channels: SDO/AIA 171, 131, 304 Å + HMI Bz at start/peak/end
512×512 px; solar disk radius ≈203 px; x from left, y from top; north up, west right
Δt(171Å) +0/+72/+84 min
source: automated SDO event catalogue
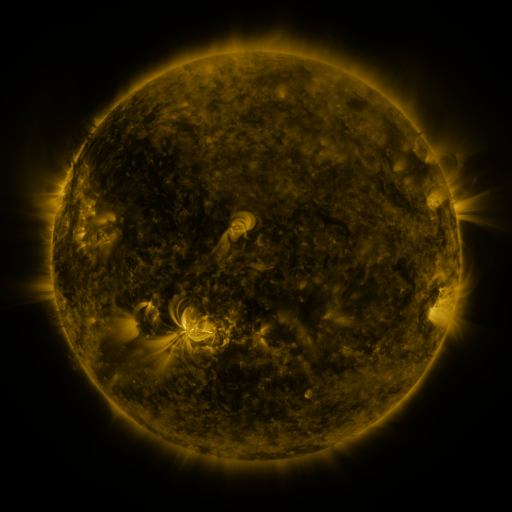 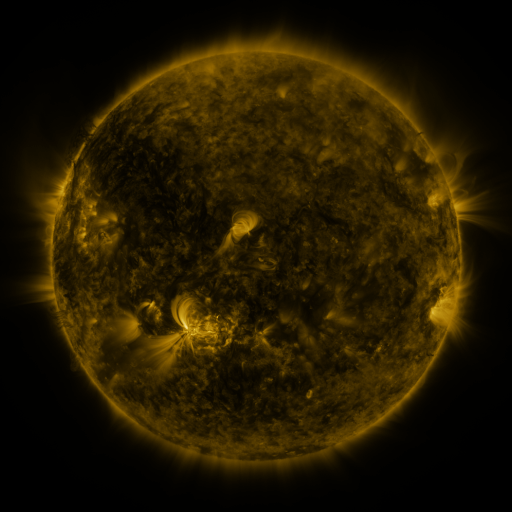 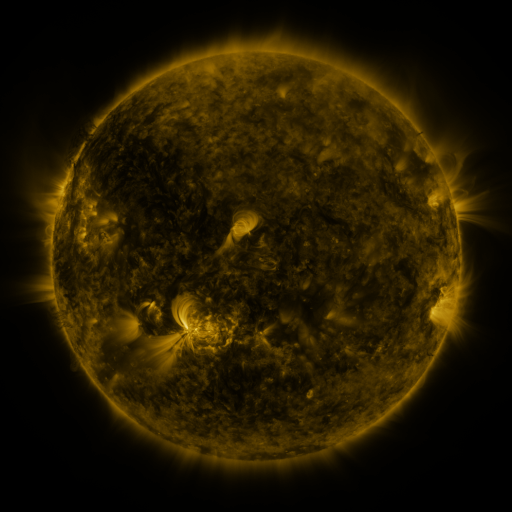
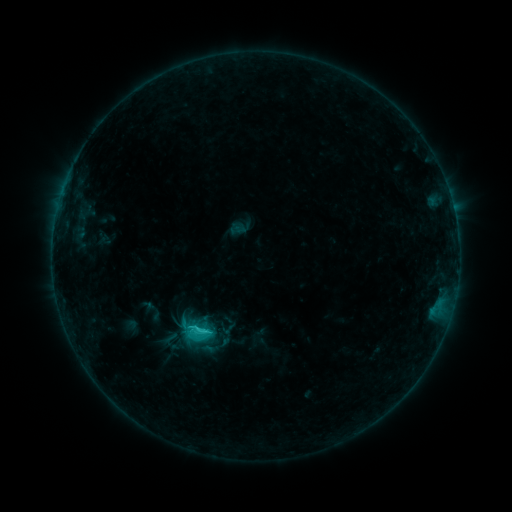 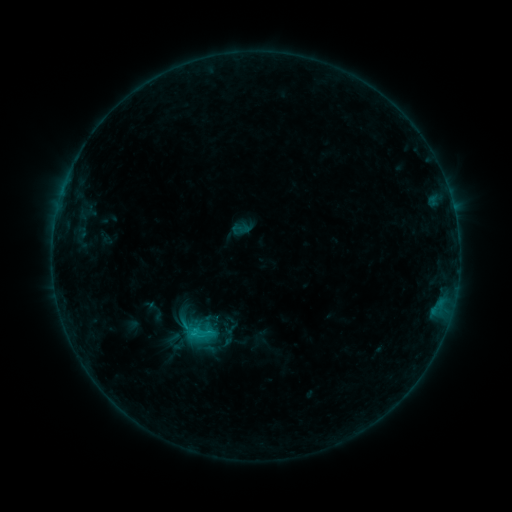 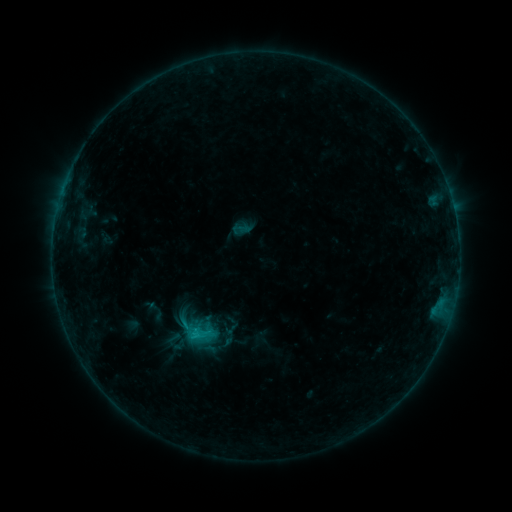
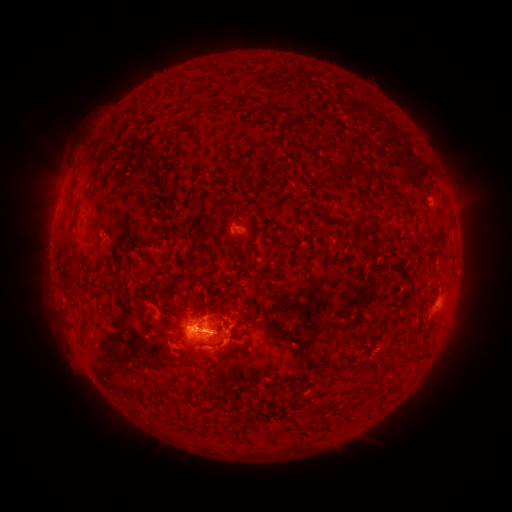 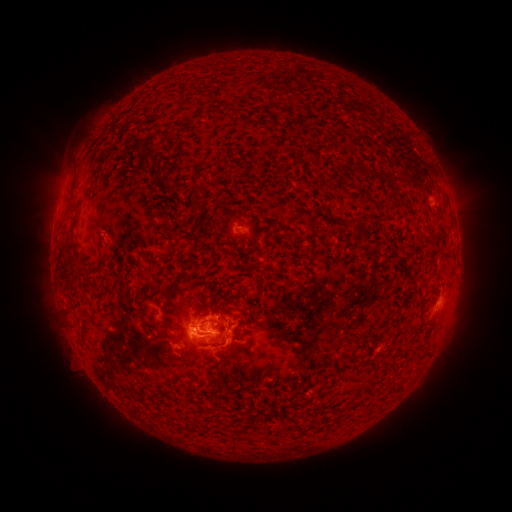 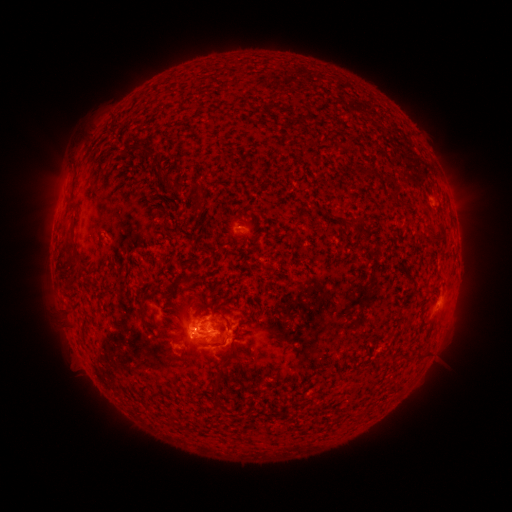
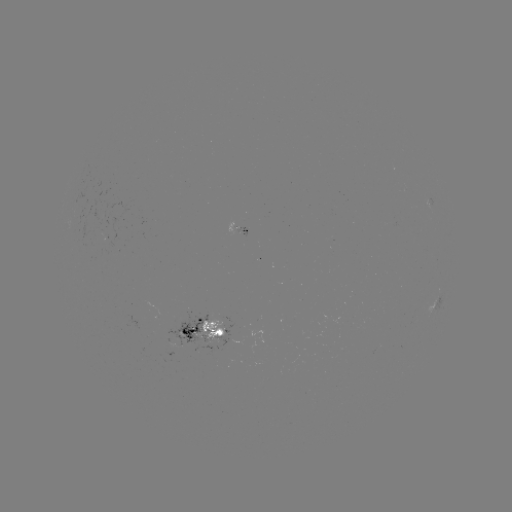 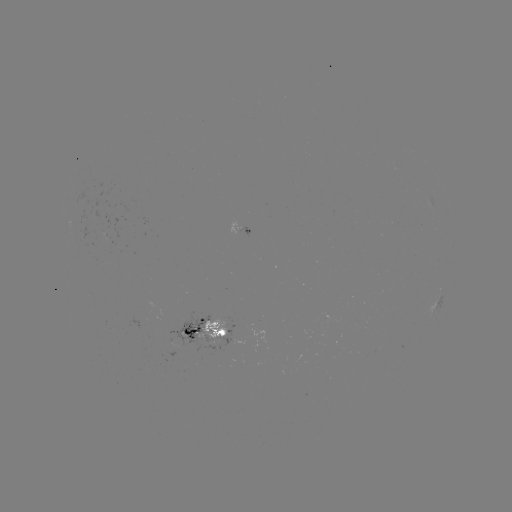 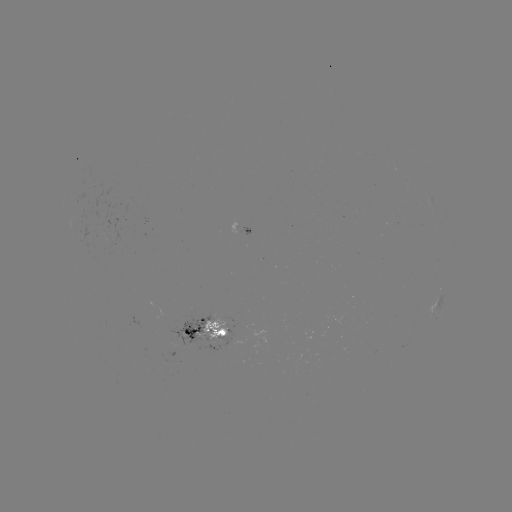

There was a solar emerging-flux region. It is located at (224, 323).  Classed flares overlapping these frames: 2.